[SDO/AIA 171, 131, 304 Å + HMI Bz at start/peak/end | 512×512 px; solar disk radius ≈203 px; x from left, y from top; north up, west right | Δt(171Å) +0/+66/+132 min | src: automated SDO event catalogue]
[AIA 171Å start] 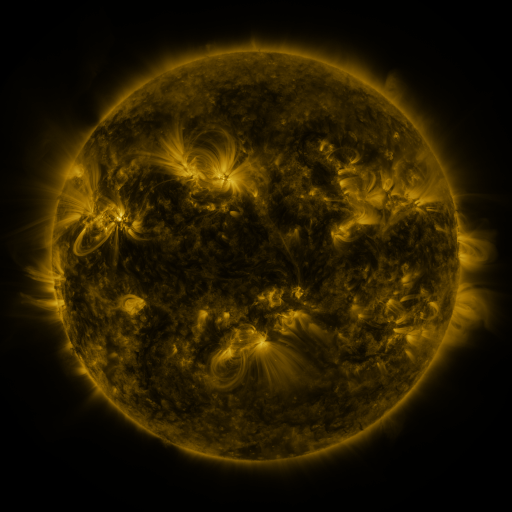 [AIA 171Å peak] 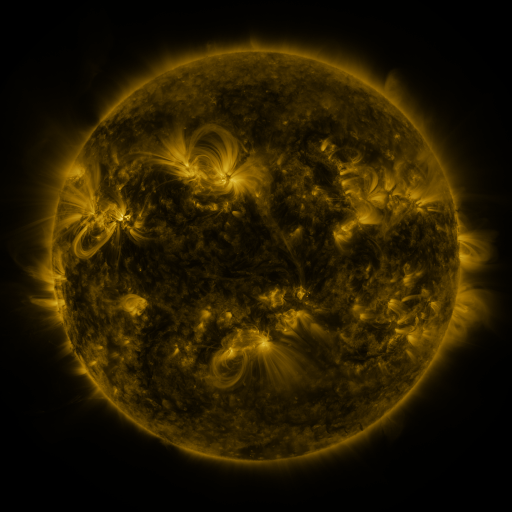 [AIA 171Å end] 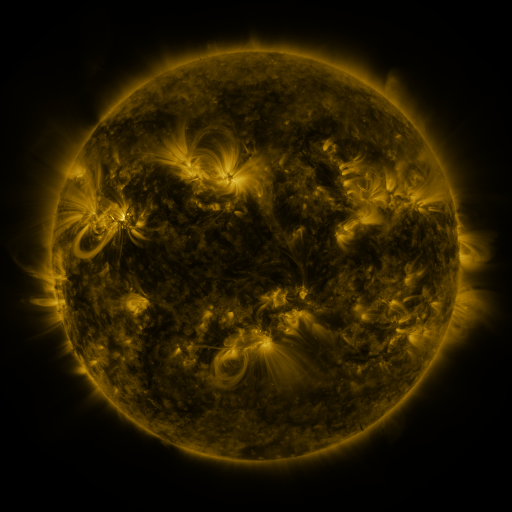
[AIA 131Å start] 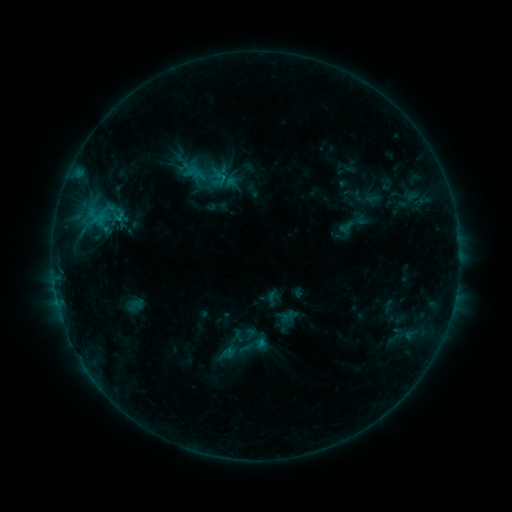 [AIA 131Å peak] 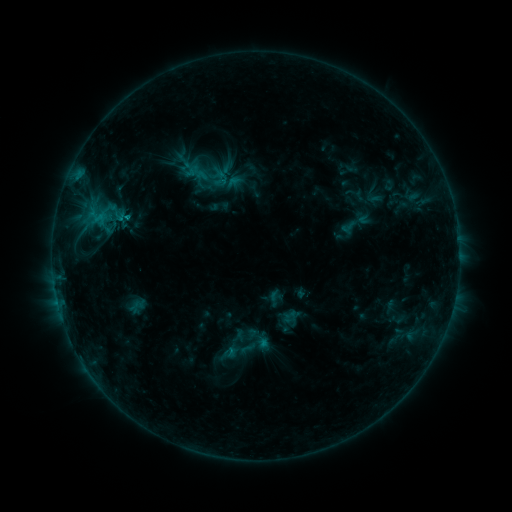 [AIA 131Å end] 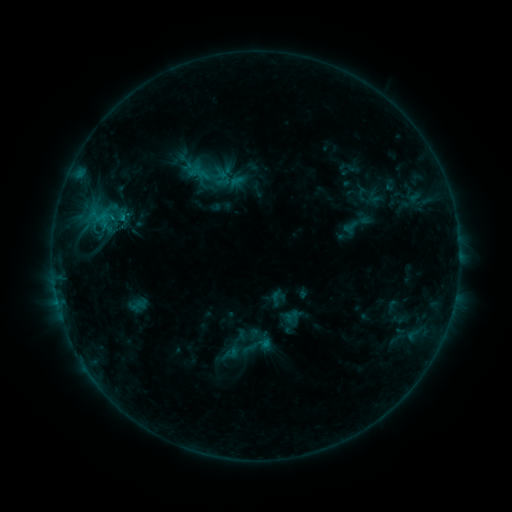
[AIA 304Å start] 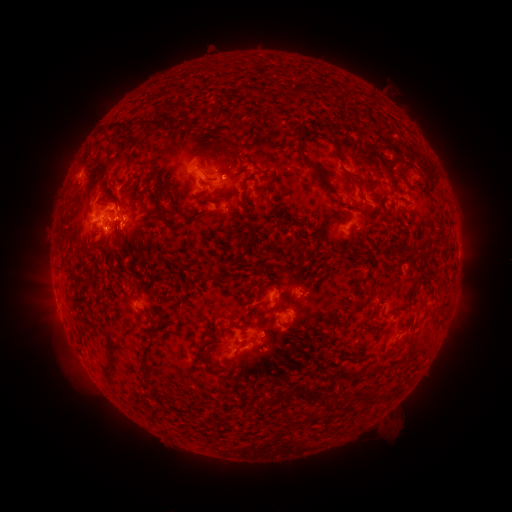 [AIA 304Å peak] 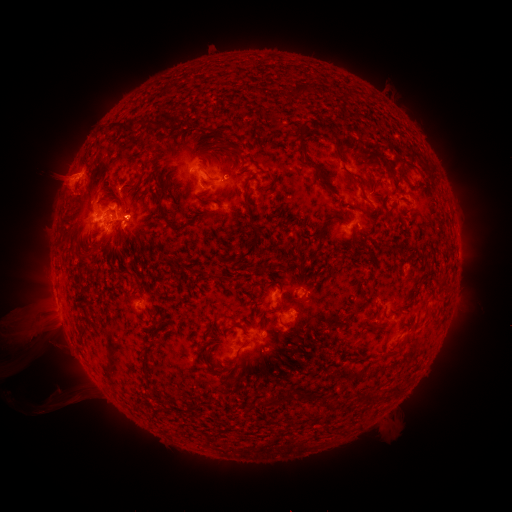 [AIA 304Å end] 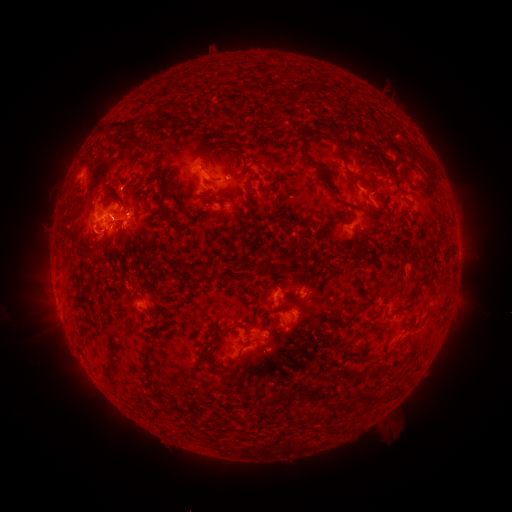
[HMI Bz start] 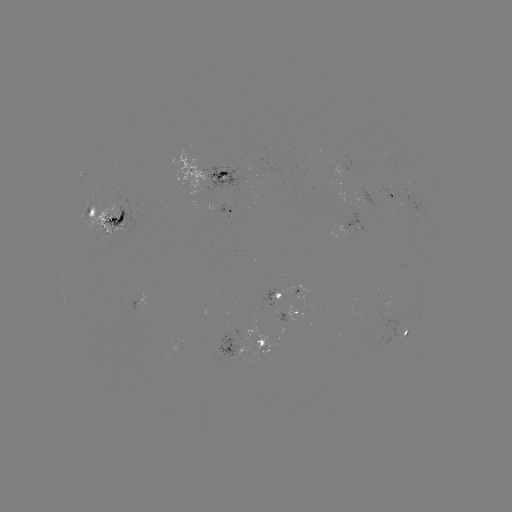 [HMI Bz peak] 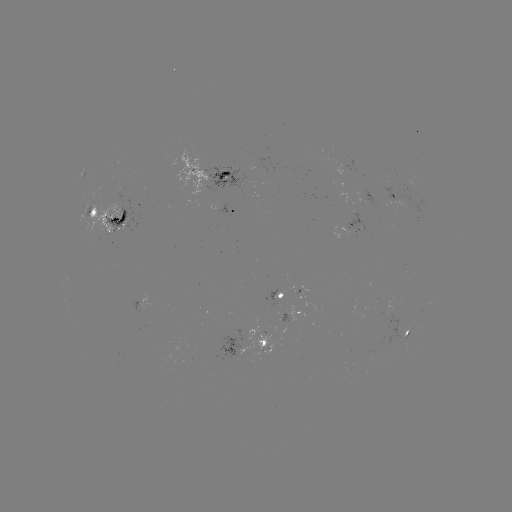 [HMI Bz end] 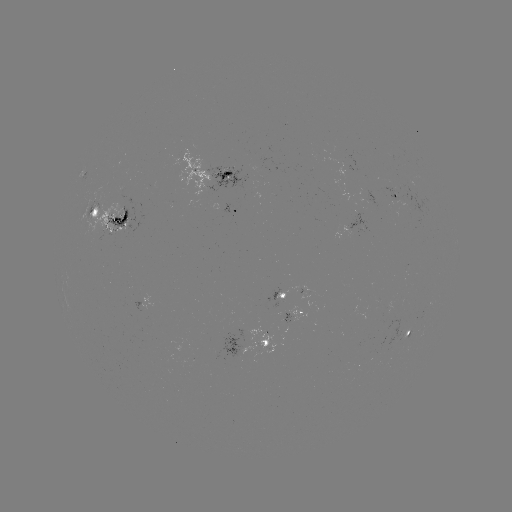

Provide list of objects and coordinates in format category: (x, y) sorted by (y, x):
filament eruption: (59, 354)
